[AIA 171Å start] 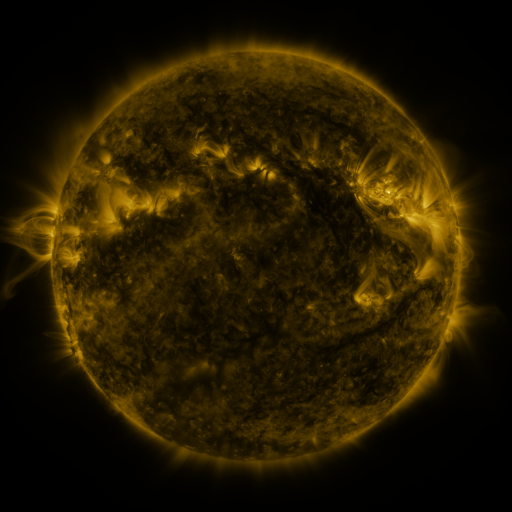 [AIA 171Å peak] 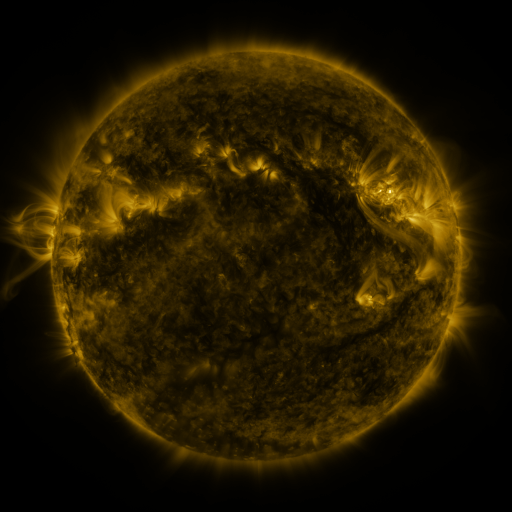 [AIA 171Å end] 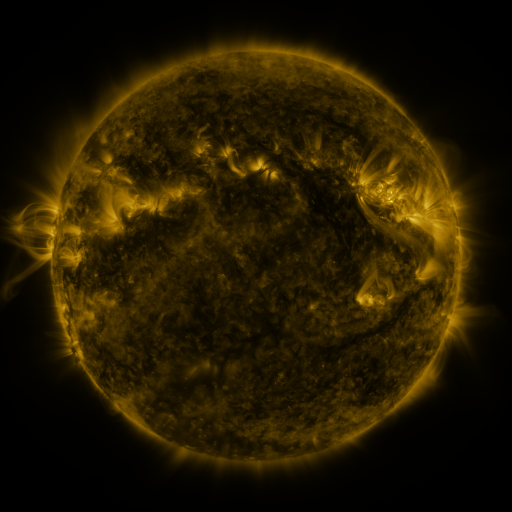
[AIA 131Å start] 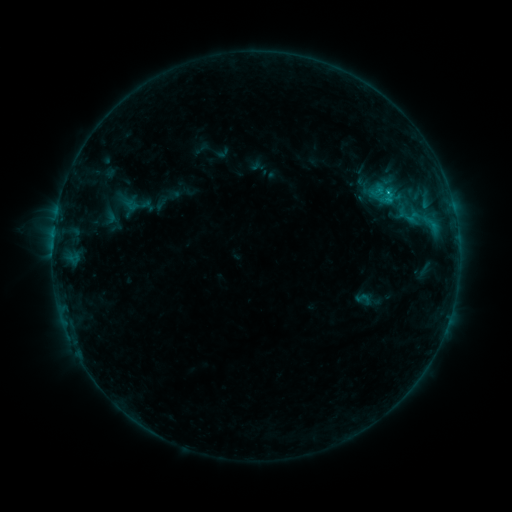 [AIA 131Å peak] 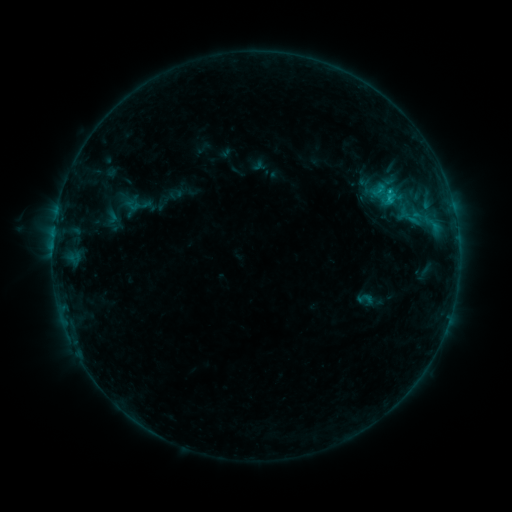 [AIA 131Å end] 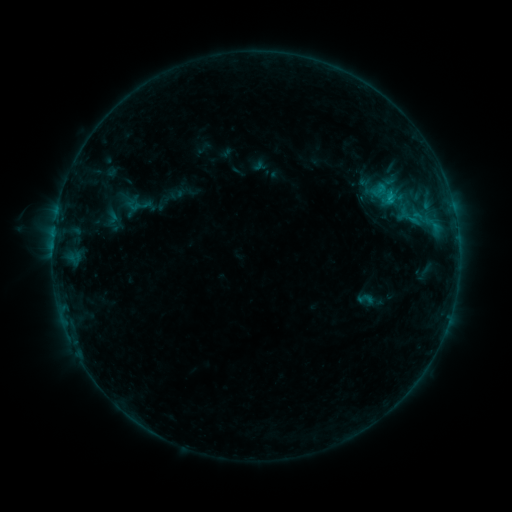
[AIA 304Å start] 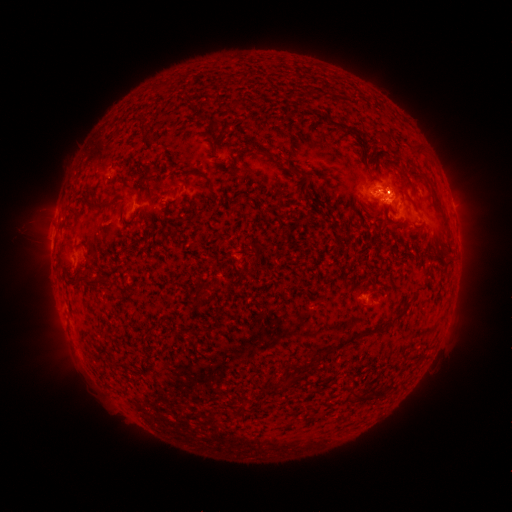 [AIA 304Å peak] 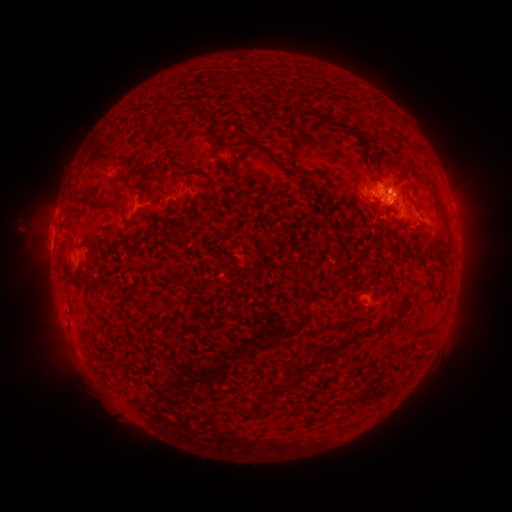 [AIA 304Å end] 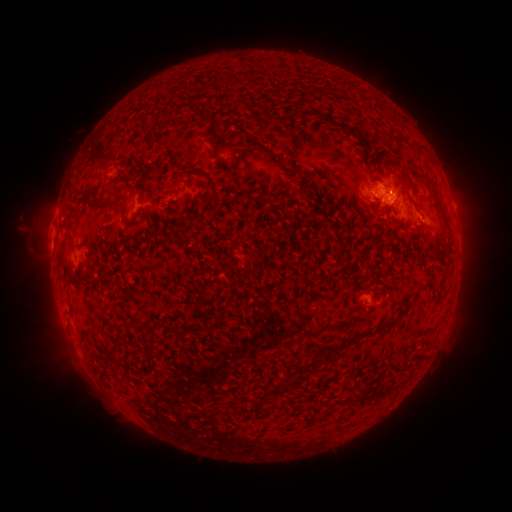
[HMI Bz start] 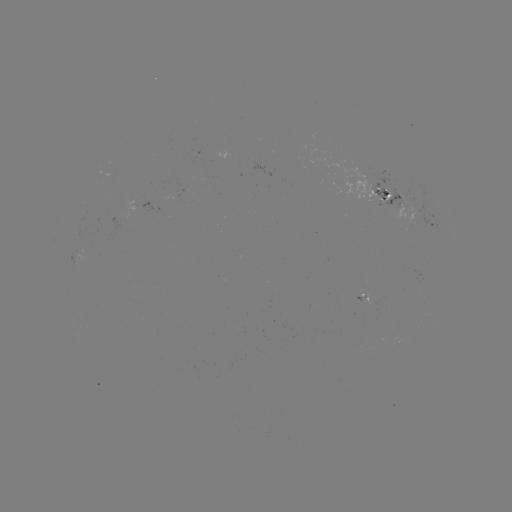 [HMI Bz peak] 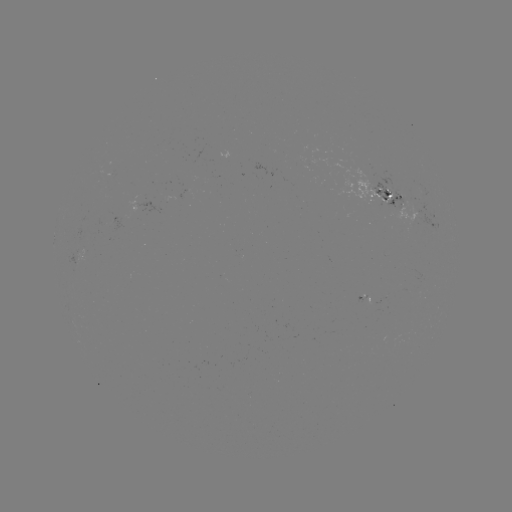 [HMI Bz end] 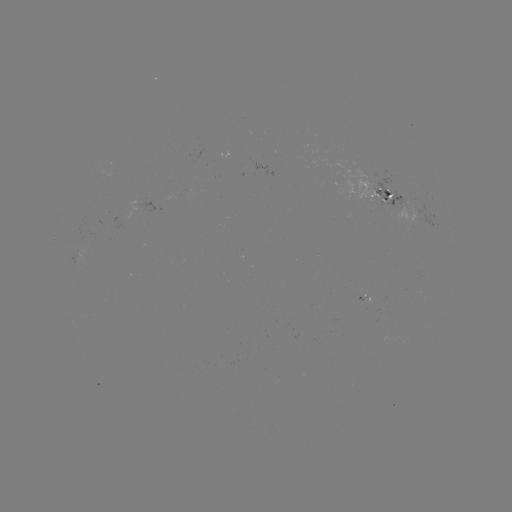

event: emerging-flux region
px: (84, 253)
